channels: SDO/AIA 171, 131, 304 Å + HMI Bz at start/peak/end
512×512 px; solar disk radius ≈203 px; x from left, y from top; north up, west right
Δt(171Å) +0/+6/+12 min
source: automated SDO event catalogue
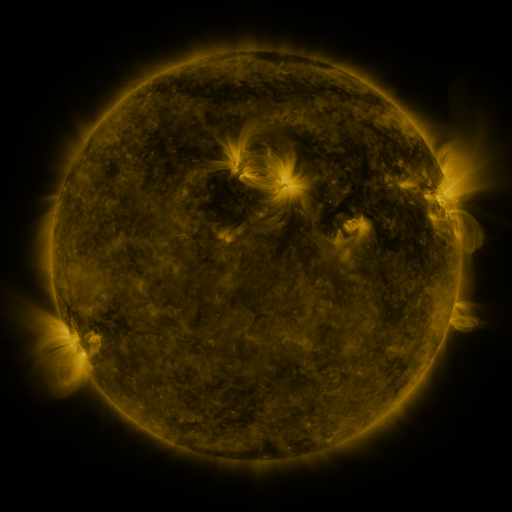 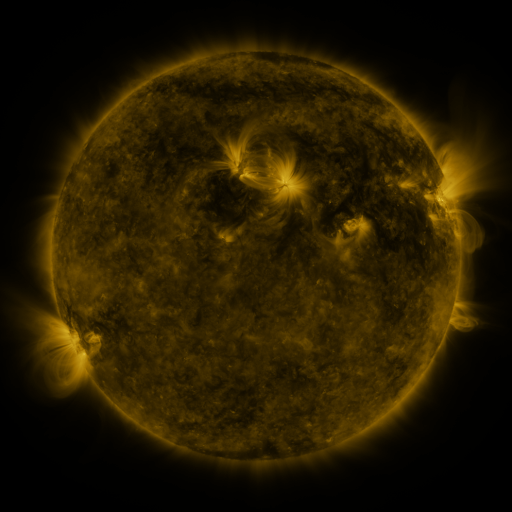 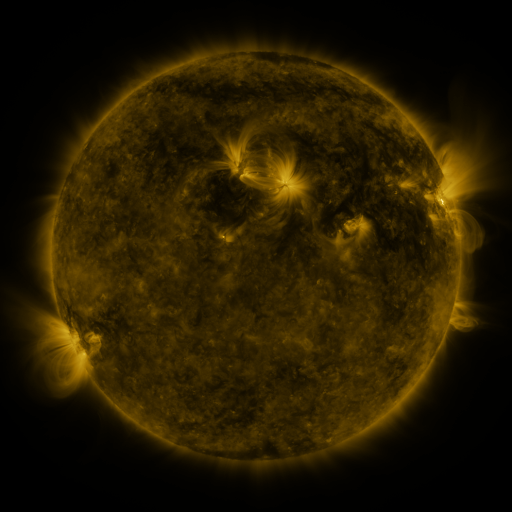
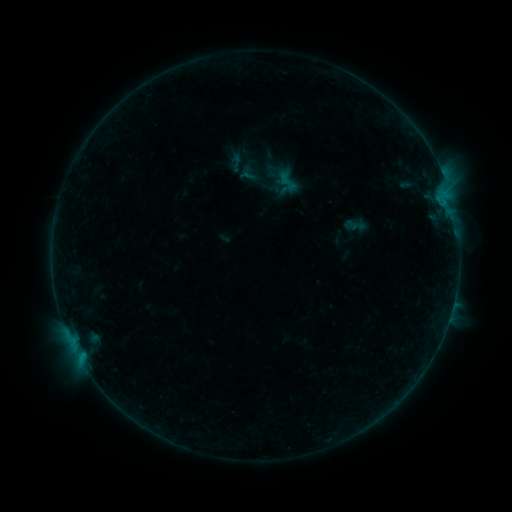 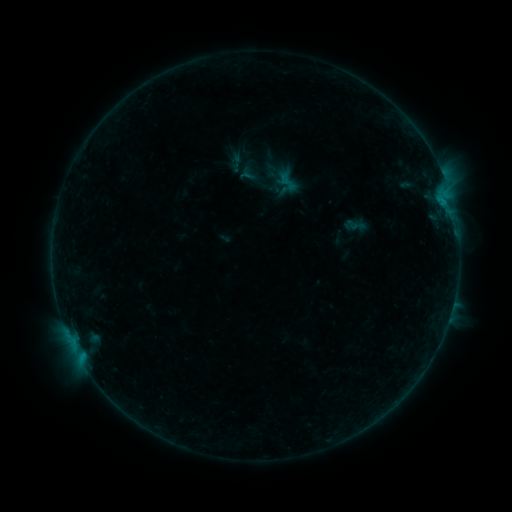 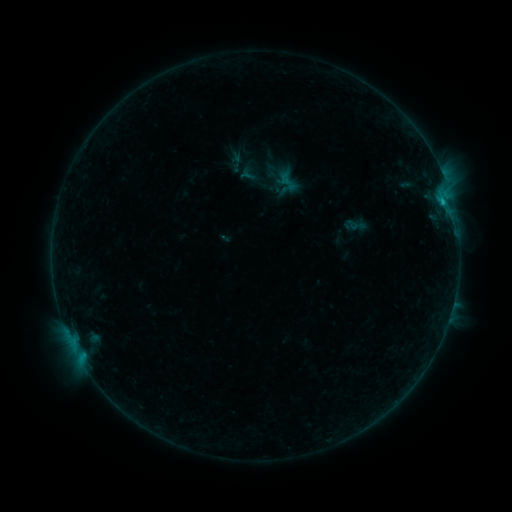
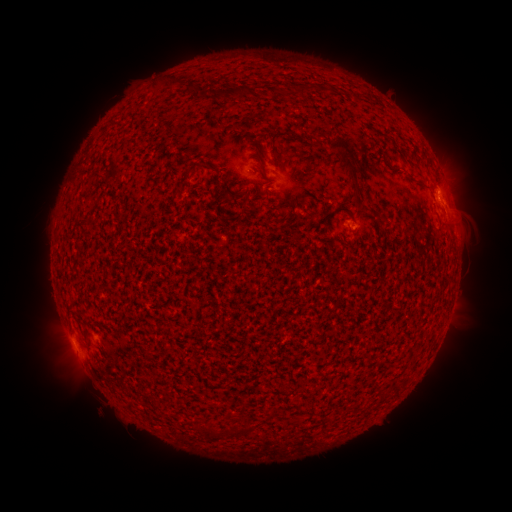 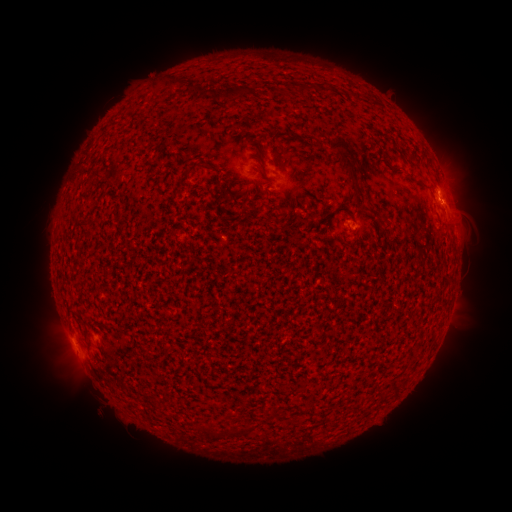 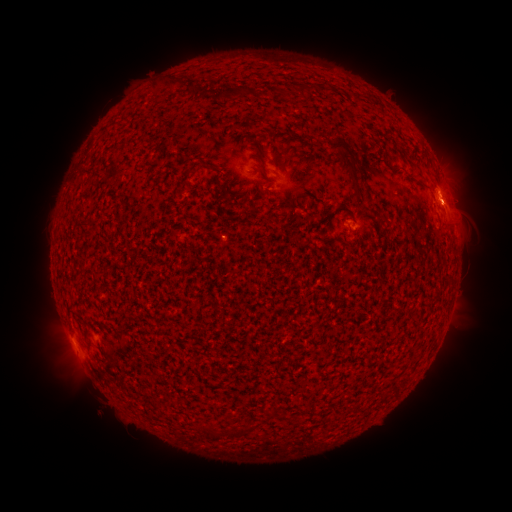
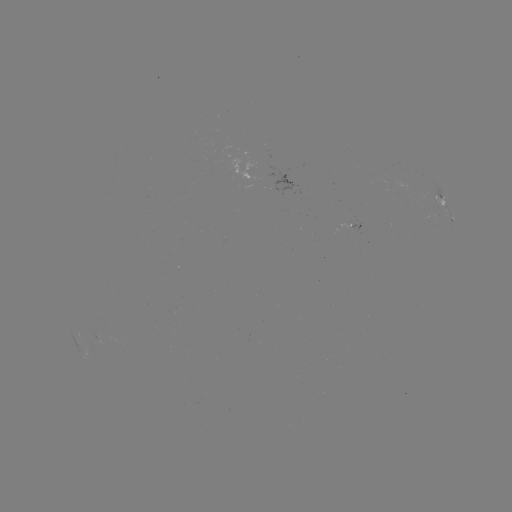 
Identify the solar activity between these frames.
B3.5 flare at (444, 206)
